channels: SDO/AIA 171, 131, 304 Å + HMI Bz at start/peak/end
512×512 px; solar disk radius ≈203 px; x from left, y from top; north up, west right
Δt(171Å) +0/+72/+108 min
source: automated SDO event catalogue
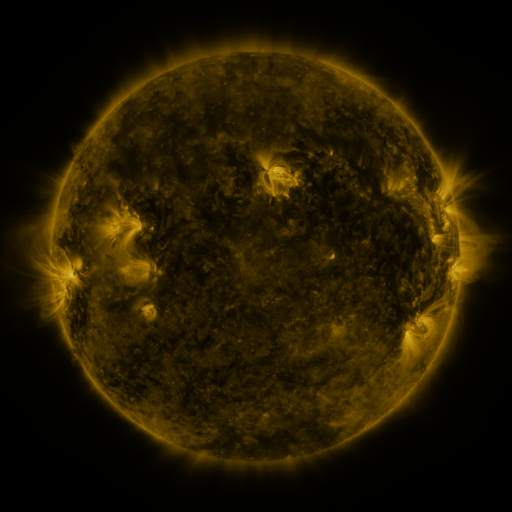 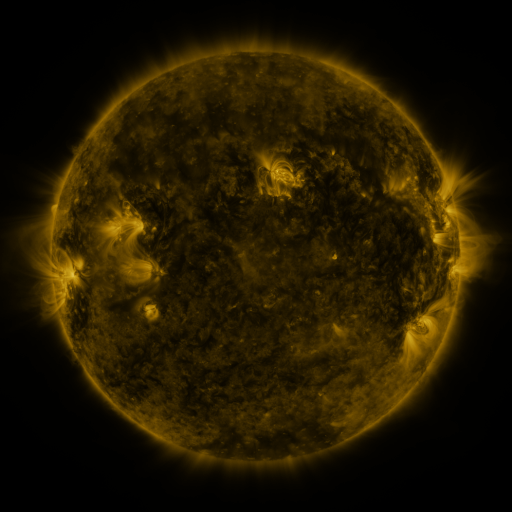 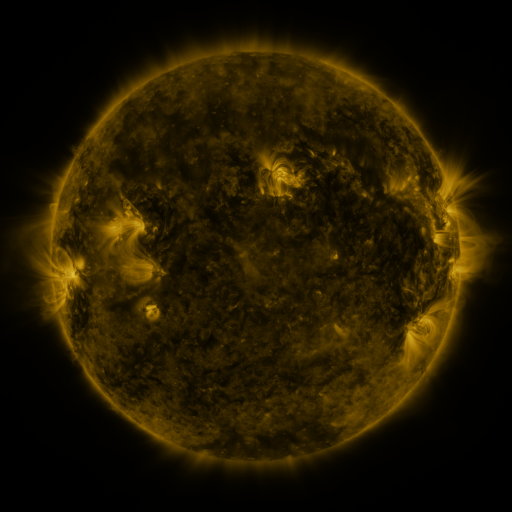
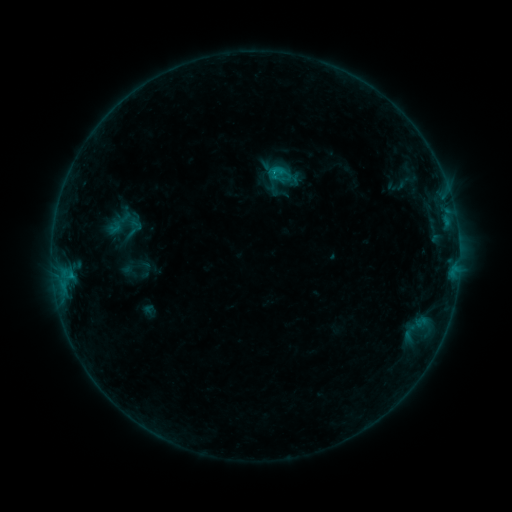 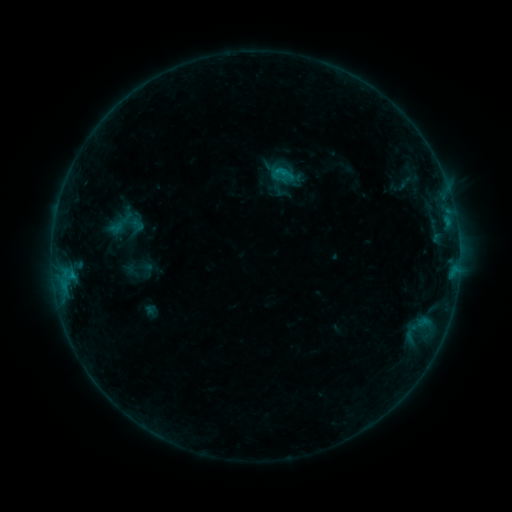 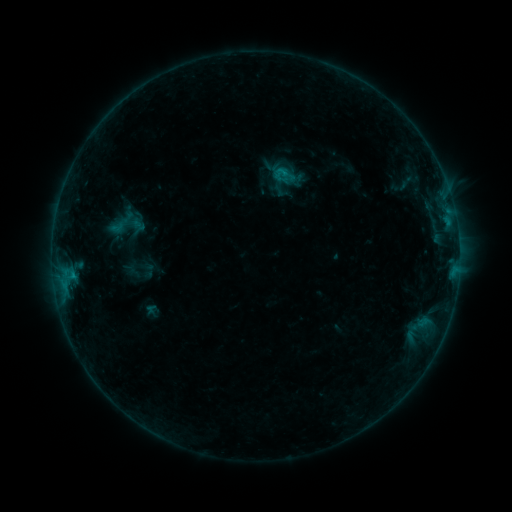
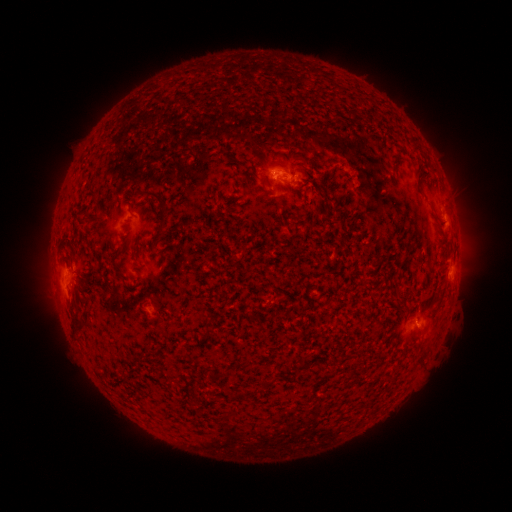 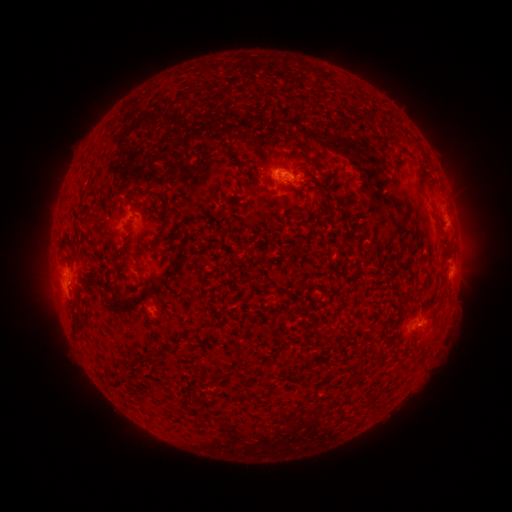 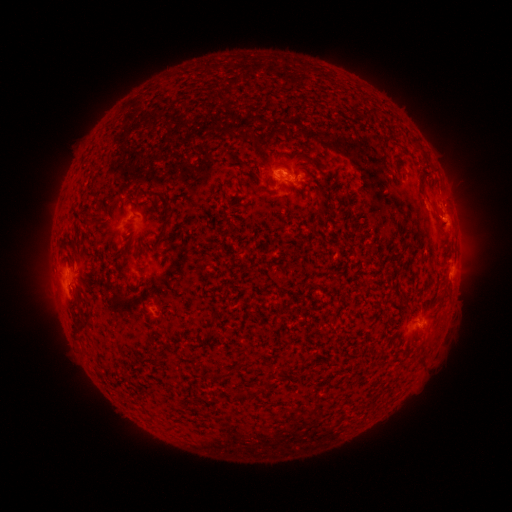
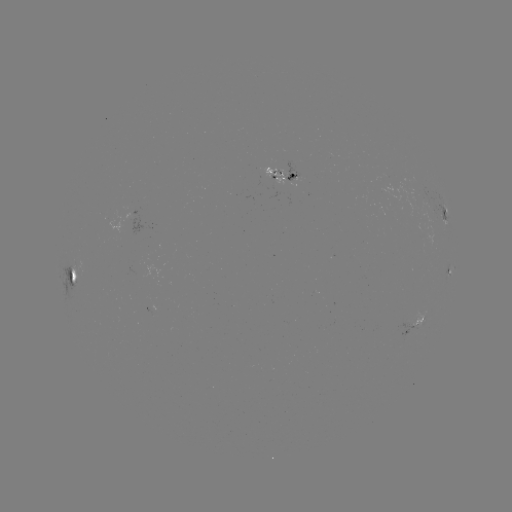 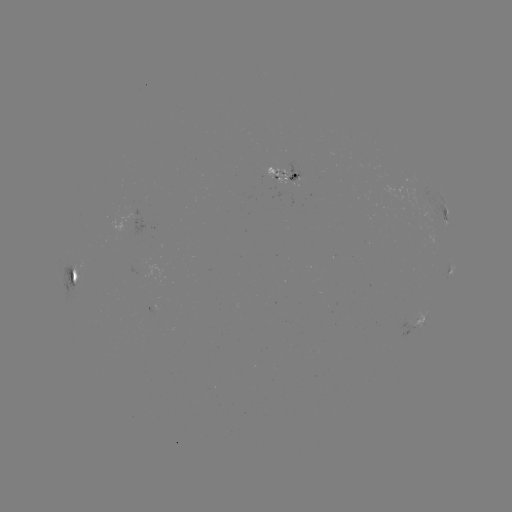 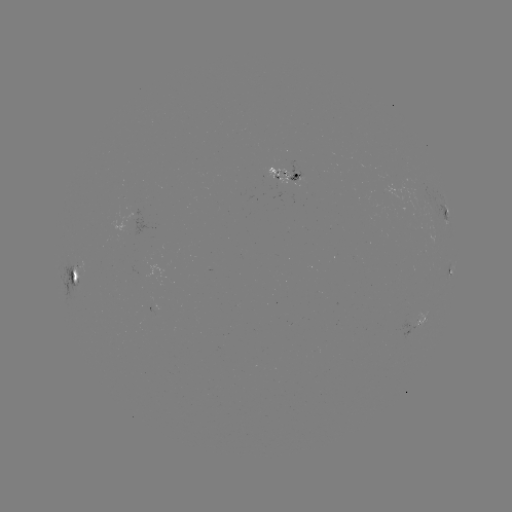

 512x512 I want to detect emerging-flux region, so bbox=[261, 167, 289, 185].